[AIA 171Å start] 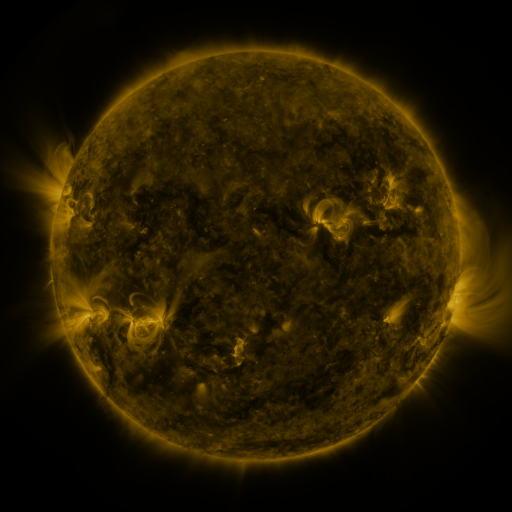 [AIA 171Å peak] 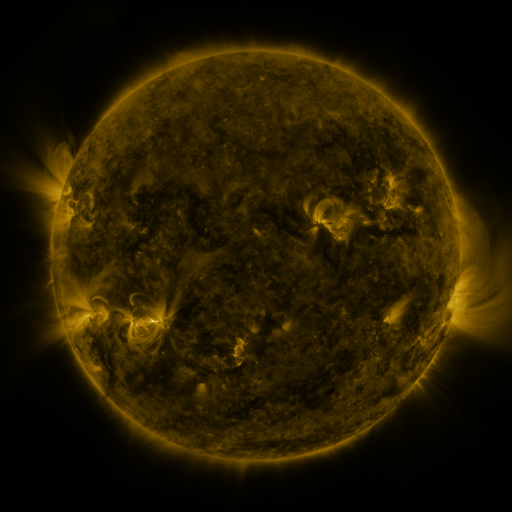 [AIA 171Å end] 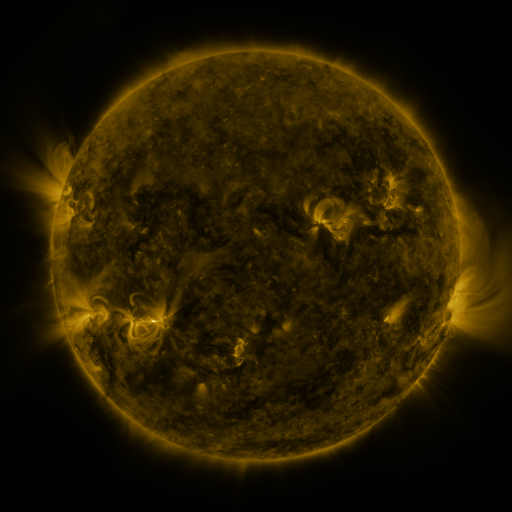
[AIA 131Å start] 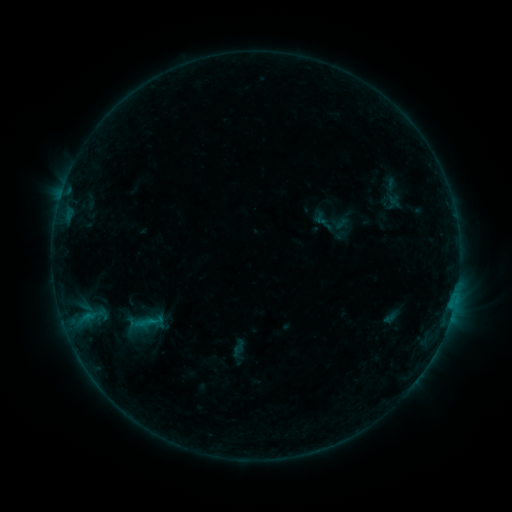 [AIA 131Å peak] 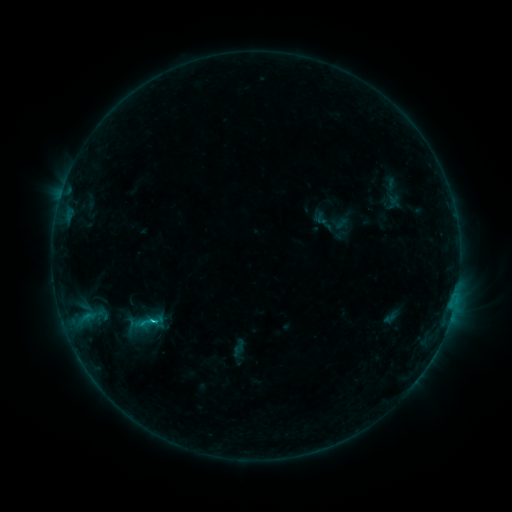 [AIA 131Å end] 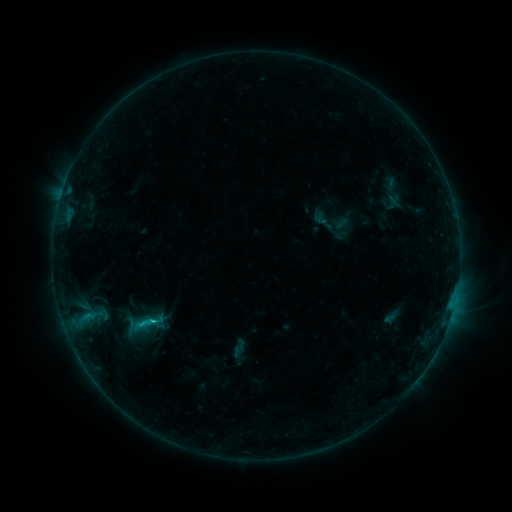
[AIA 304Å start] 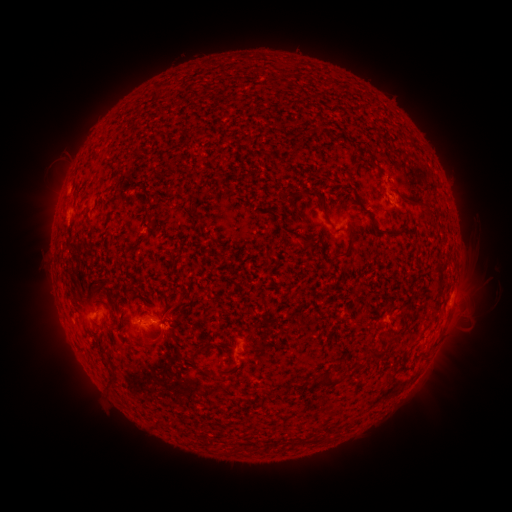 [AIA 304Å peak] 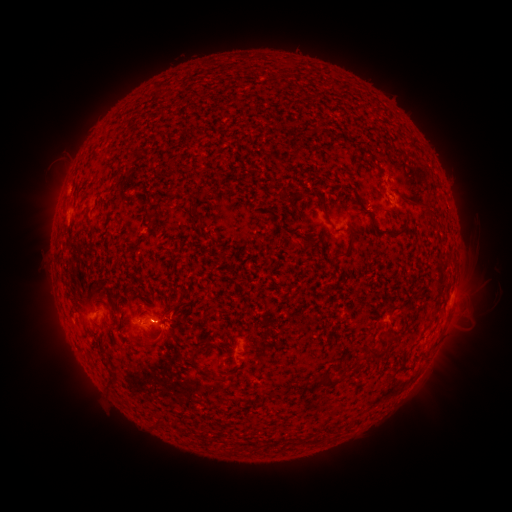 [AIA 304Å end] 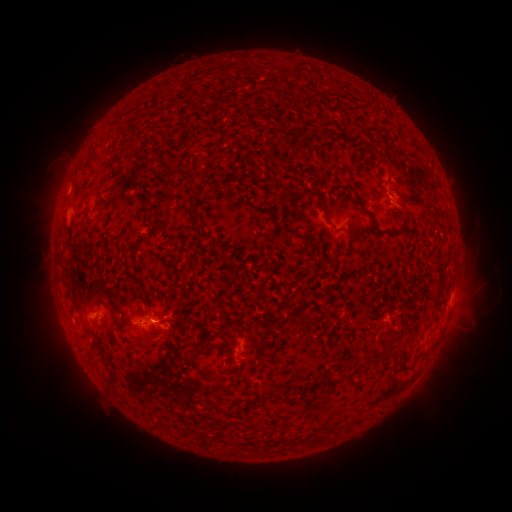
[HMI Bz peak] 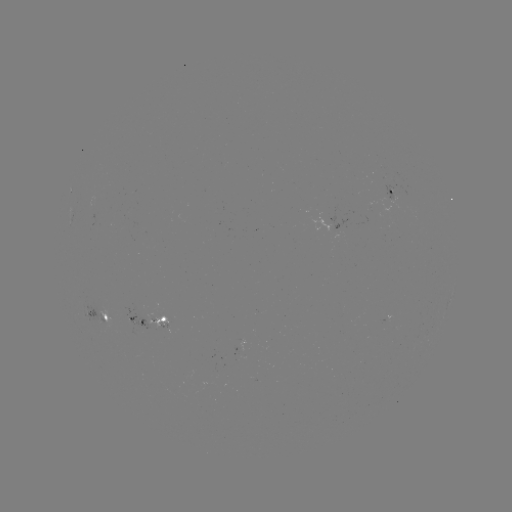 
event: flare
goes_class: C1.7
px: (153, 319)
